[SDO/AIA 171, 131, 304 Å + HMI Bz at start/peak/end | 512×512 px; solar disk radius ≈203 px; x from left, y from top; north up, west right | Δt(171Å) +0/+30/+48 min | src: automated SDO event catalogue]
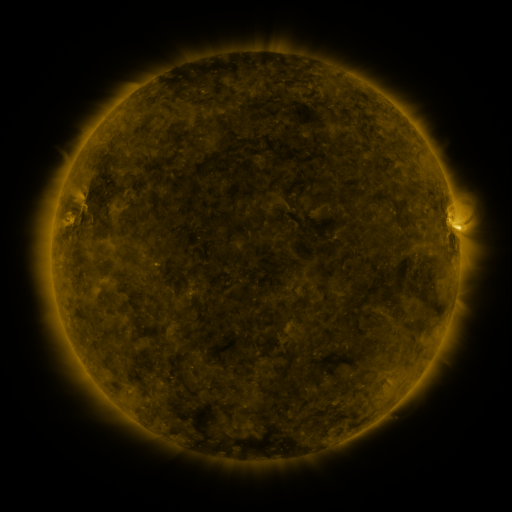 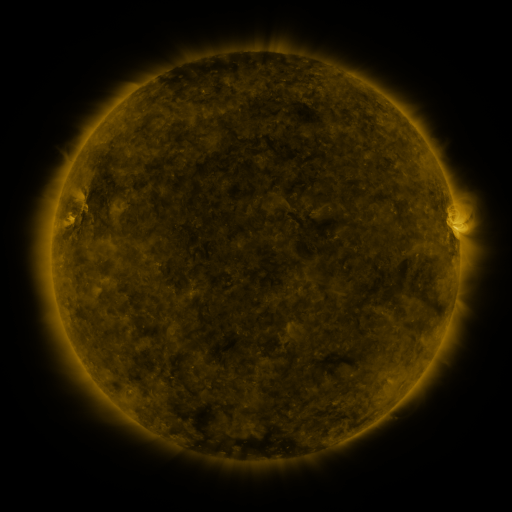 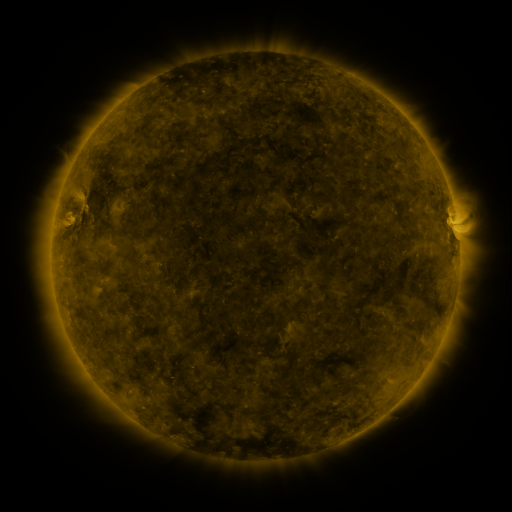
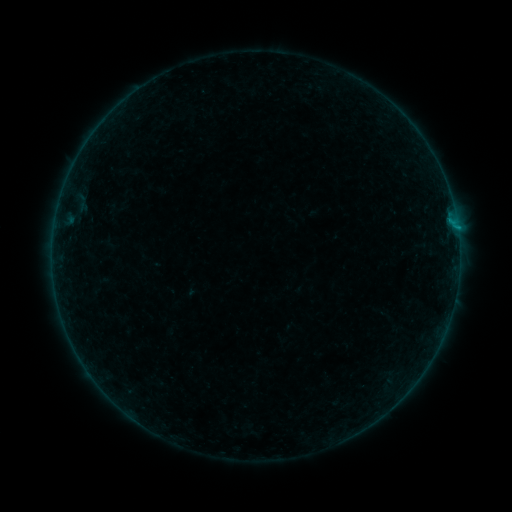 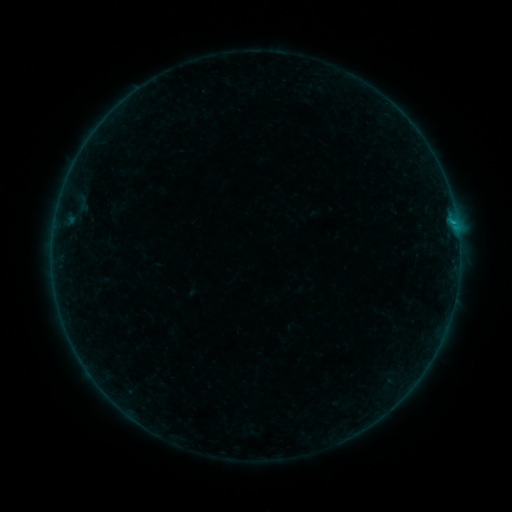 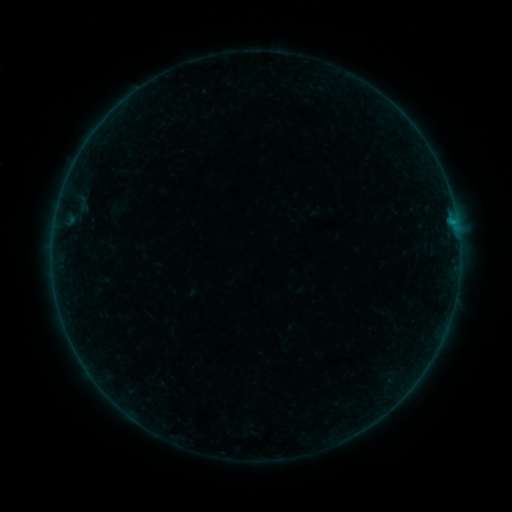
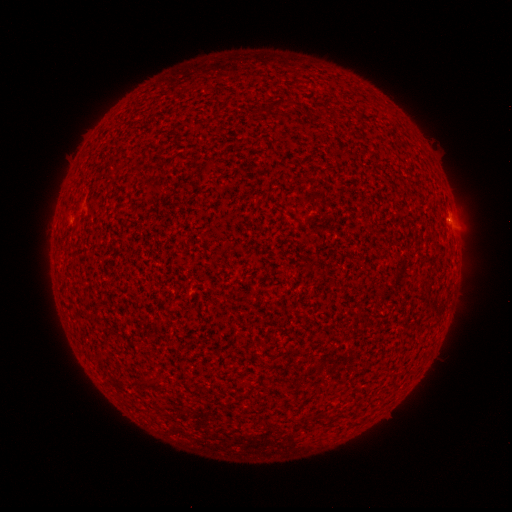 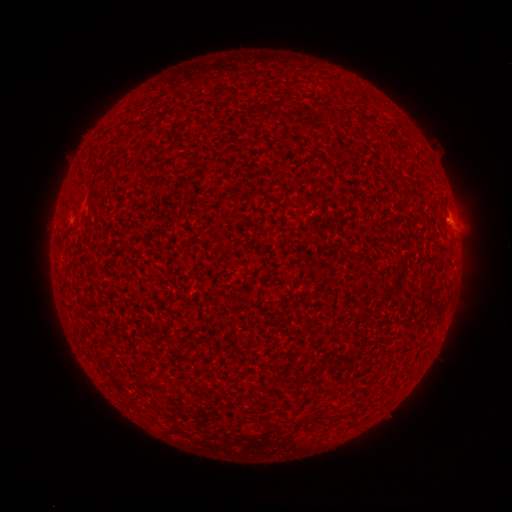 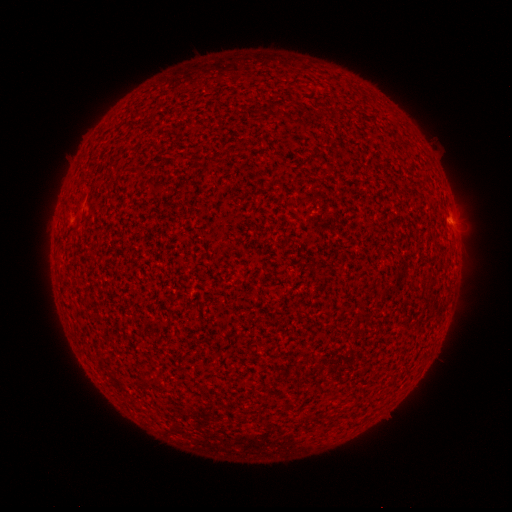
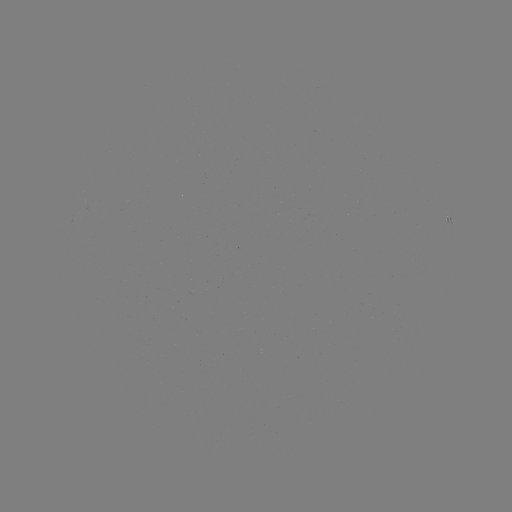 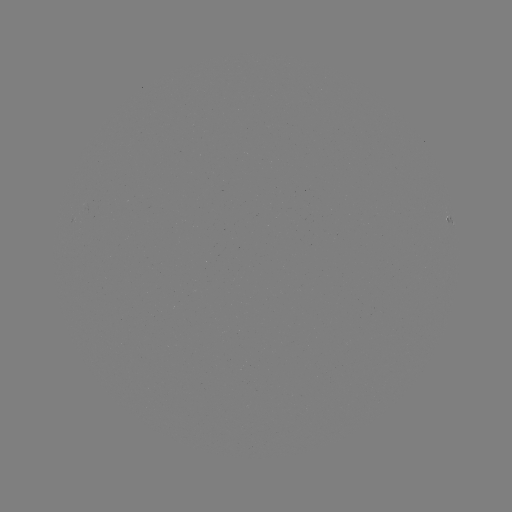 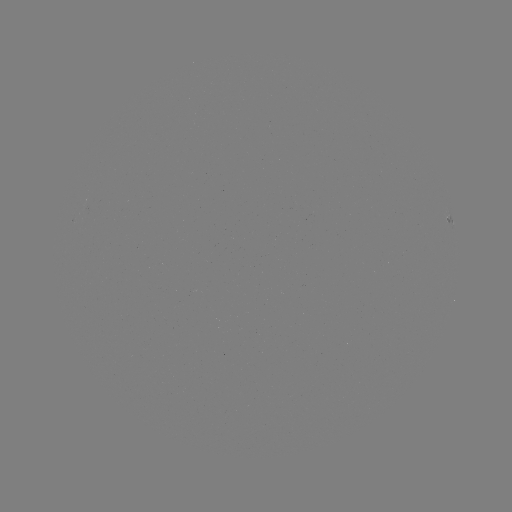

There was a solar flare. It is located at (452, 225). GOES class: B2.1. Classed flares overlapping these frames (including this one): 2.